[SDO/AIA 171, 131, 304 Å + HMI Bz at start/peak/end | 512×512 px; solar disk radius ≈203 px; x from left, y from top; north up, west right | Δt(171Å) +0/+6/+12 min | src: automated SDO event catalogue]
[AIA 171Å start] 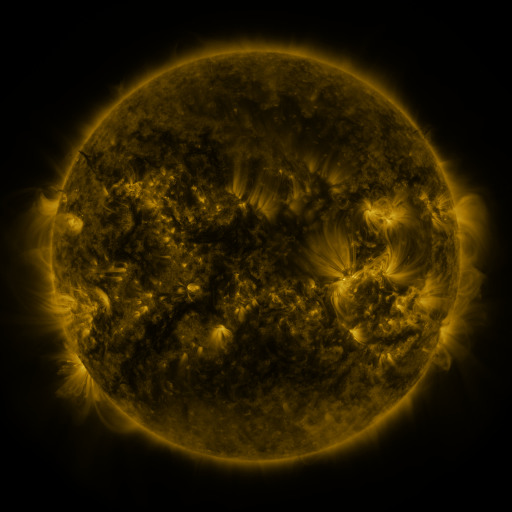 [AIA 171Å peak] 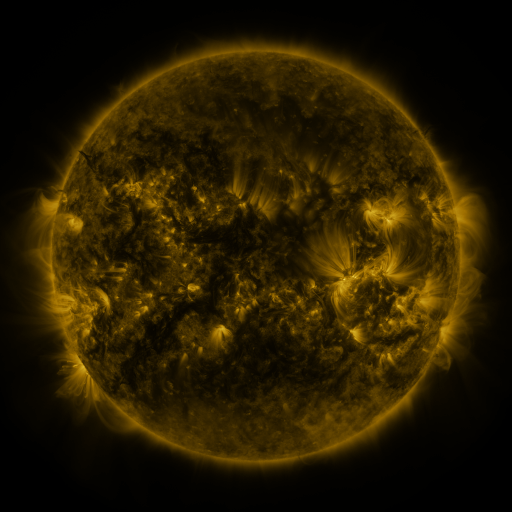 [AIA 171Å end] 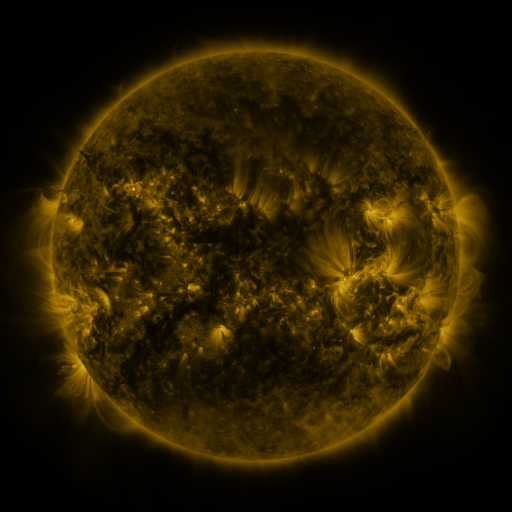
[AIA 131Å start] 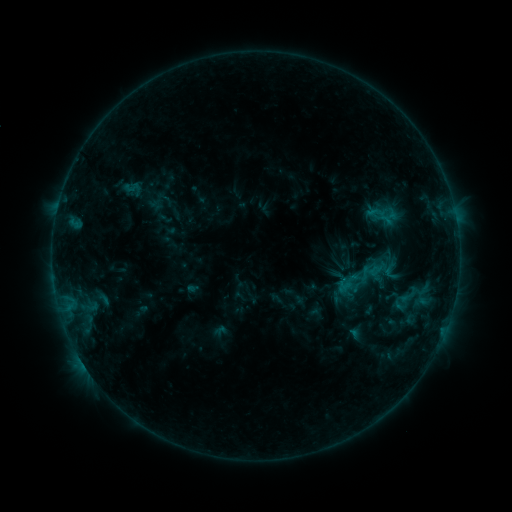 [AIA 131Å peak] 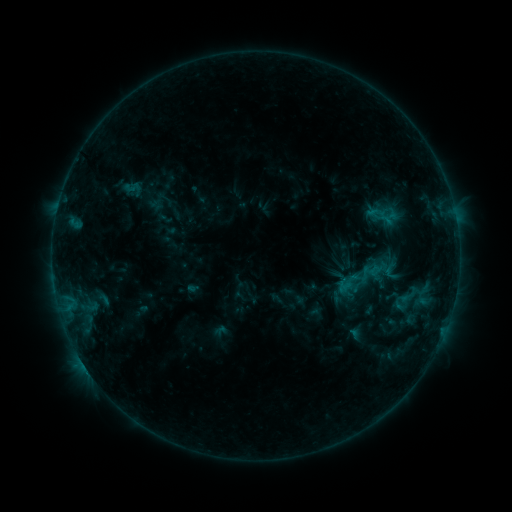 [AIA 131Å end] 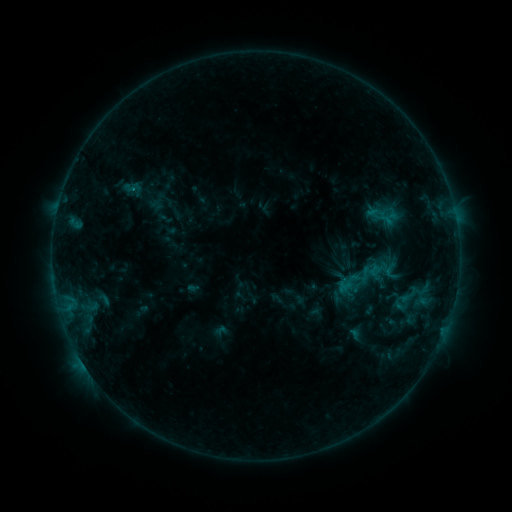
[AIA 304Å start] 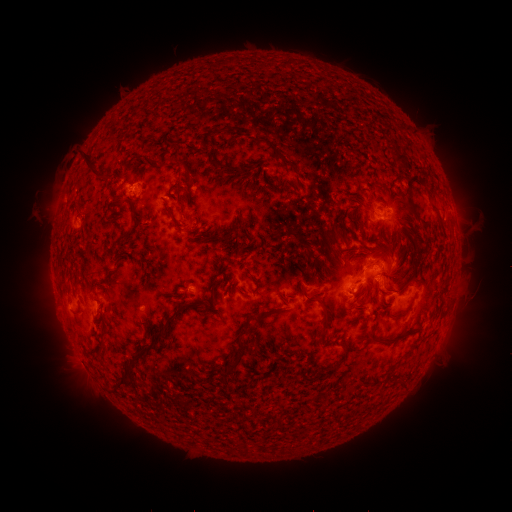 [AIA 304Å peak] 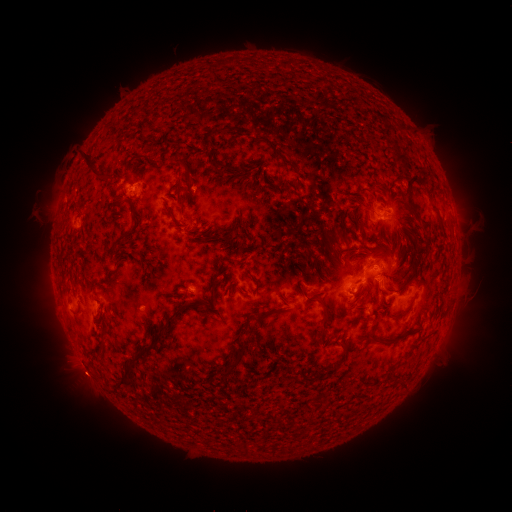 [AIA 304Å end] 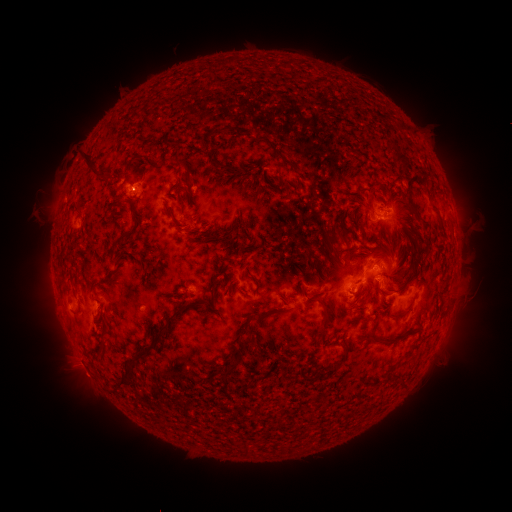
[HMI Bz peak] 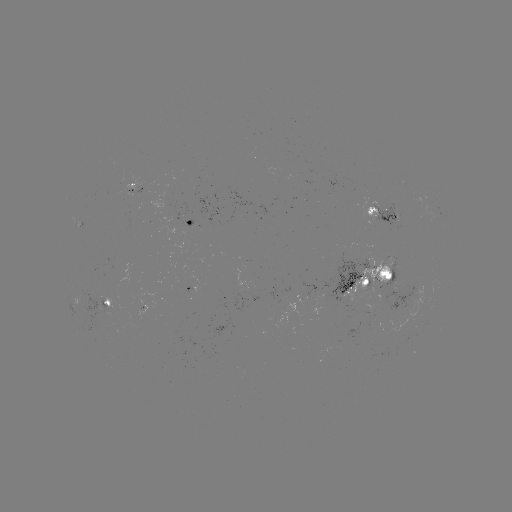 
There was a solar eruption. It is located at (85, 379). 